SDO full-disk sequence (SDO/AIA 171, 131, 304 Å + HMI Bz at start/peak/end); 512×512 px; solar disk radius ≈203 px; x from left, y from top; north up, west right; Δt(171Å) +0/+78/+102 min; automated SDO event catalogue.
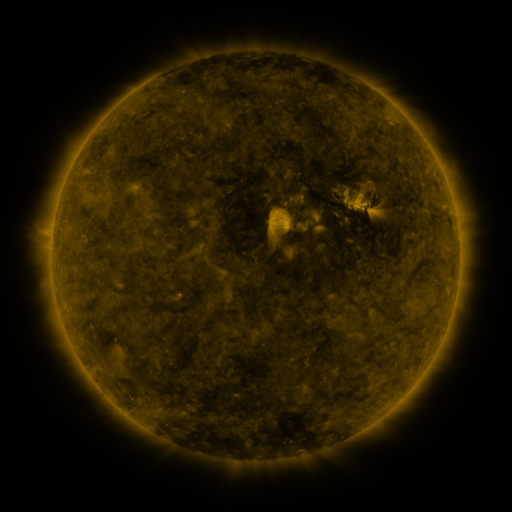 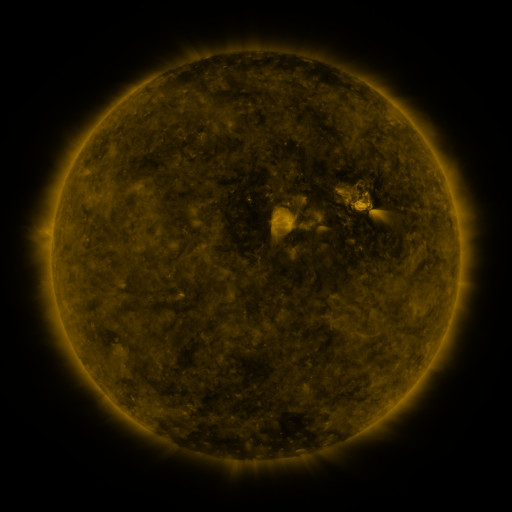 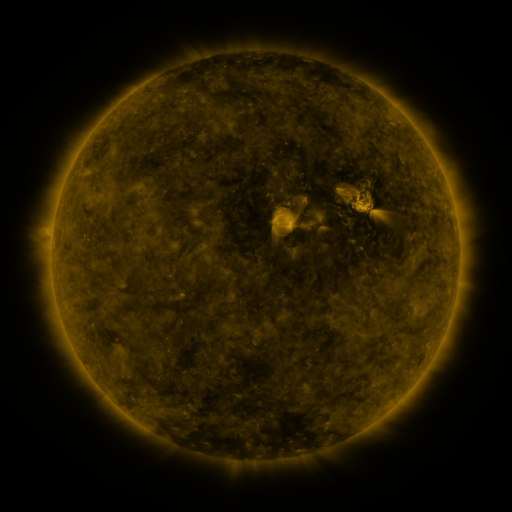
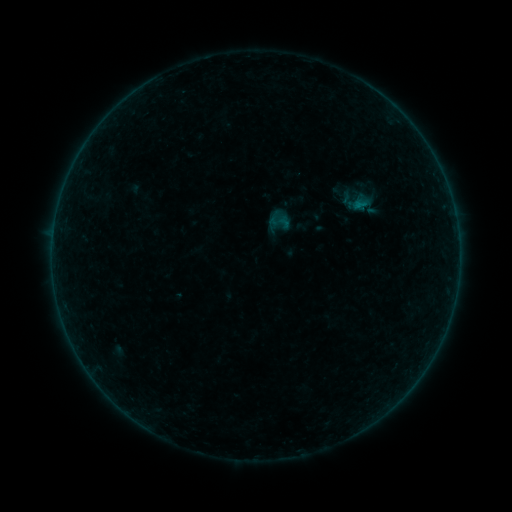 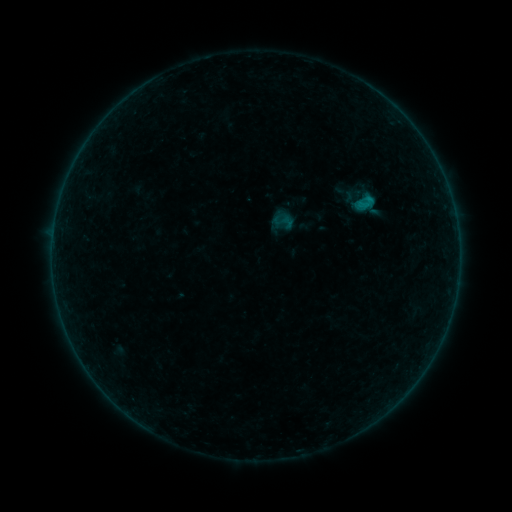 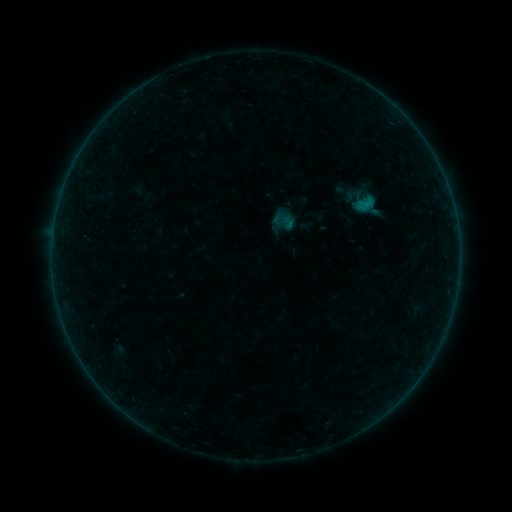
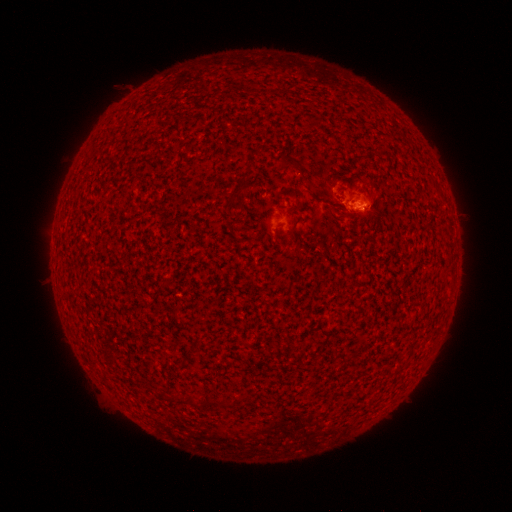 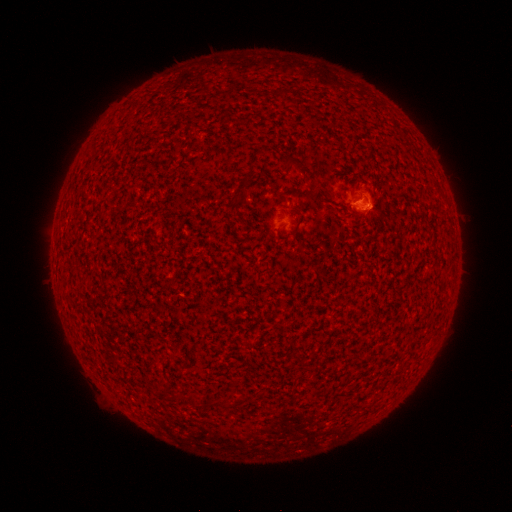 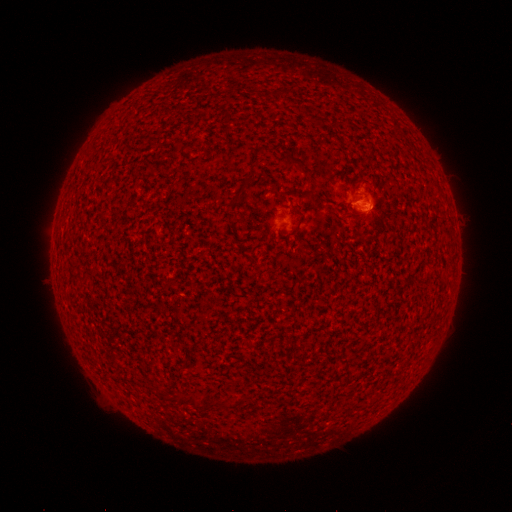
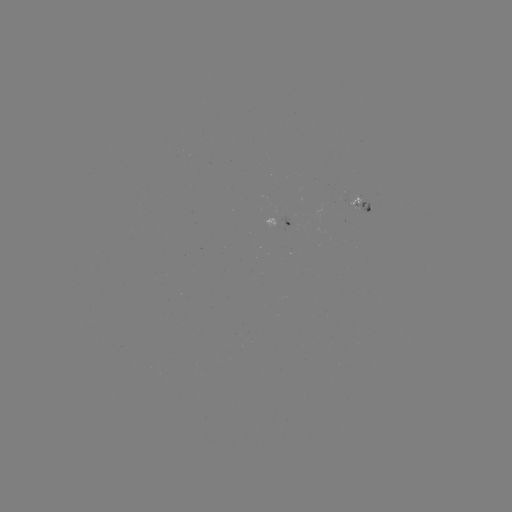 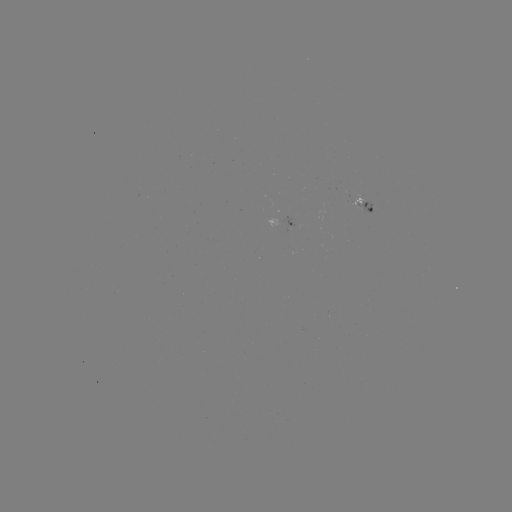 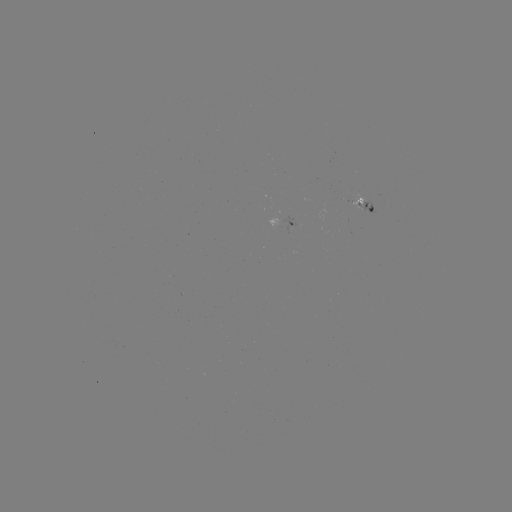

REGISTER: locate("B3.6 flare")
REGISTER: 368,200